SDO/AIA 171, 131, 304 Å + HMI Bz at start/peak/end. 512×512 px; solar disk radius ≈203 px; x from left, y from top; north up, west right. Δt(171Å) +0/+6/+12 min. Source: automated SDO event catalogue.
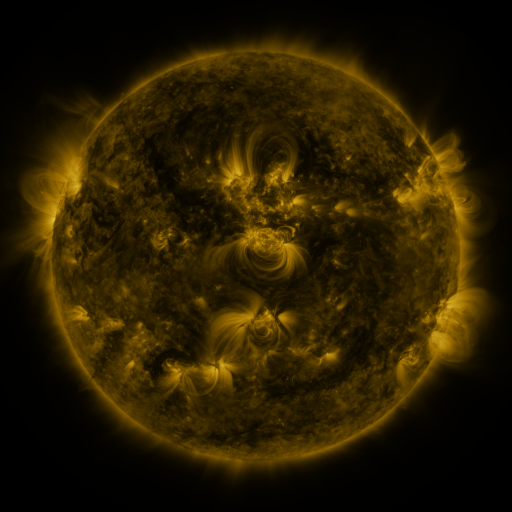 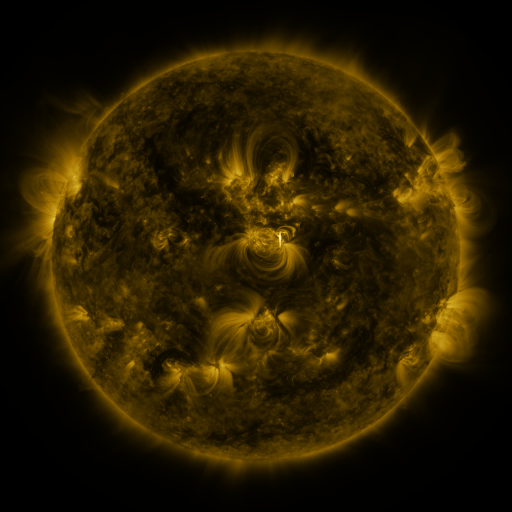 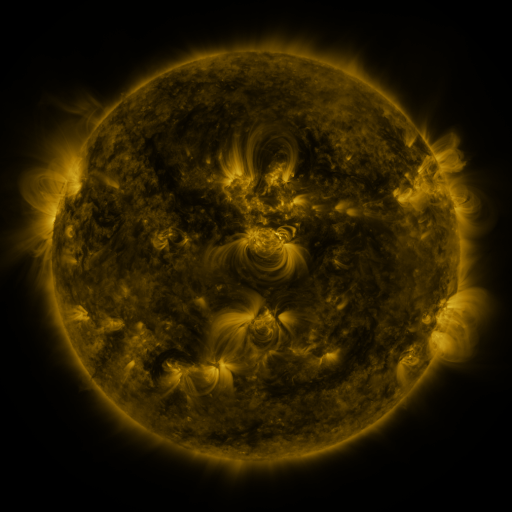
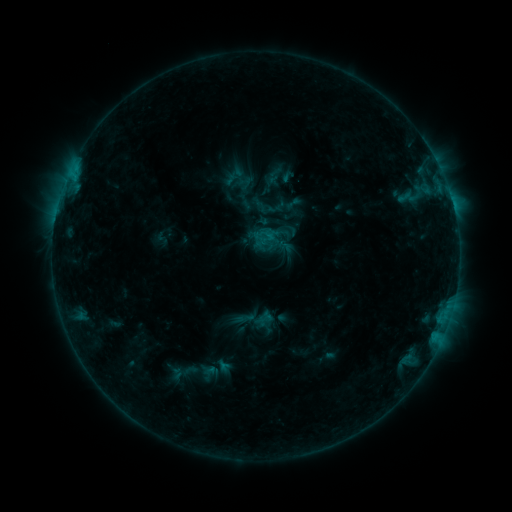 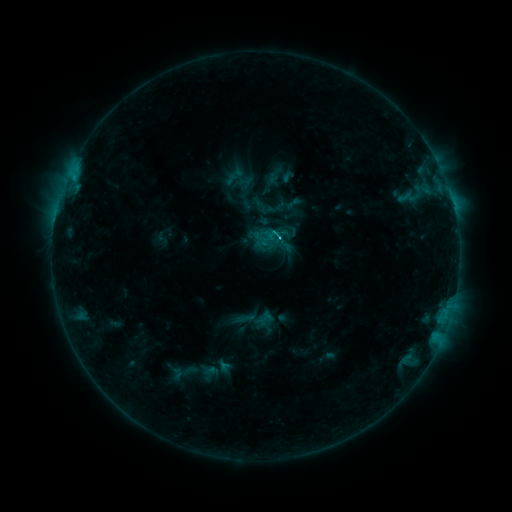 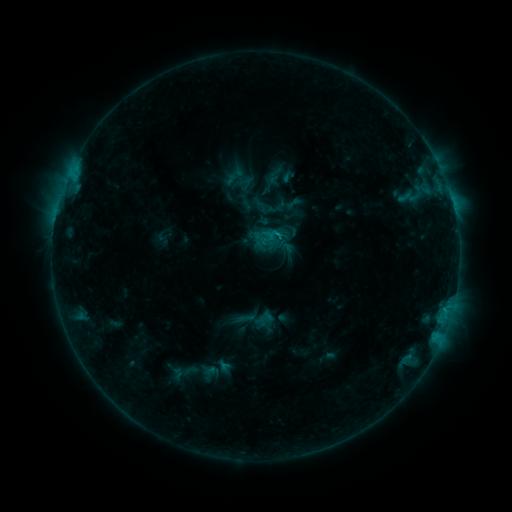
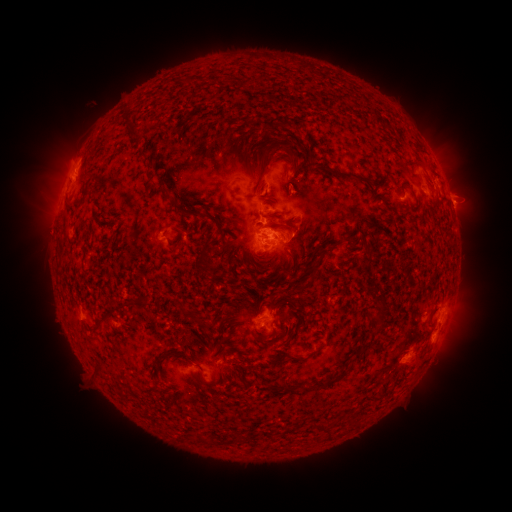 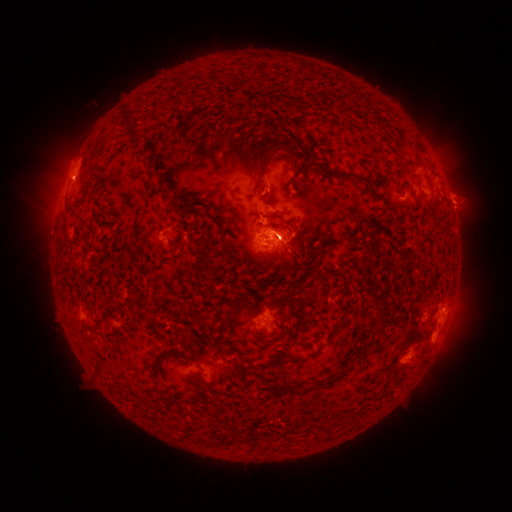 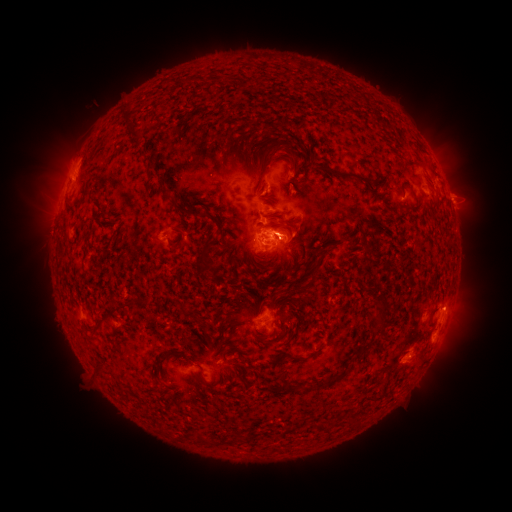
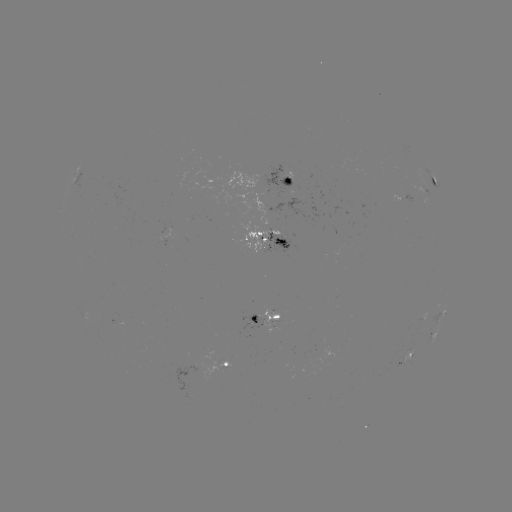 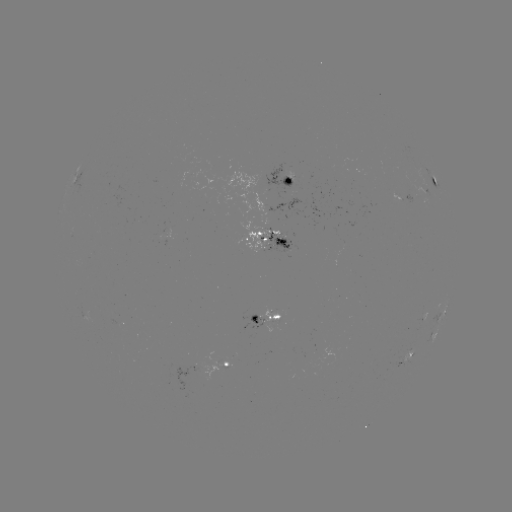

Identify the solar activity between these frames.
eruption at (459, 189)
